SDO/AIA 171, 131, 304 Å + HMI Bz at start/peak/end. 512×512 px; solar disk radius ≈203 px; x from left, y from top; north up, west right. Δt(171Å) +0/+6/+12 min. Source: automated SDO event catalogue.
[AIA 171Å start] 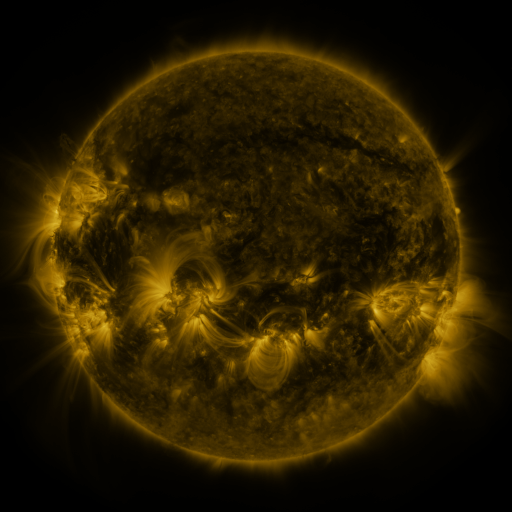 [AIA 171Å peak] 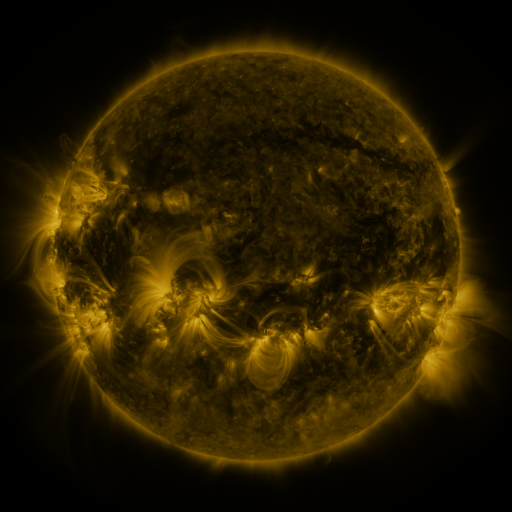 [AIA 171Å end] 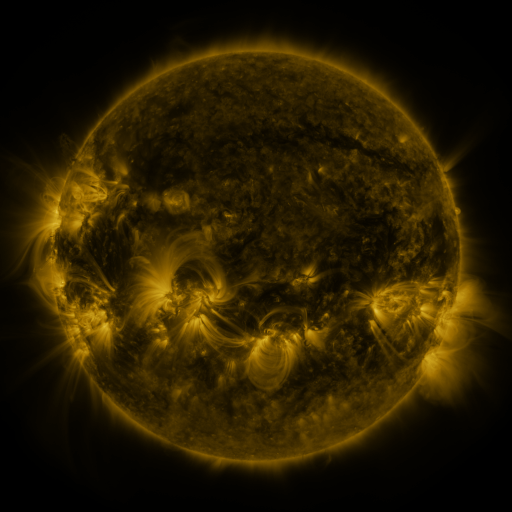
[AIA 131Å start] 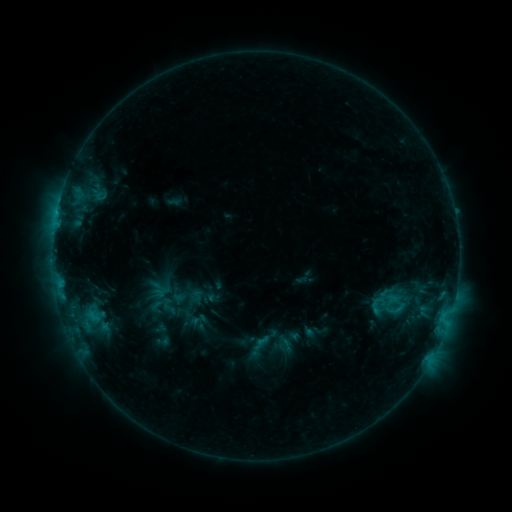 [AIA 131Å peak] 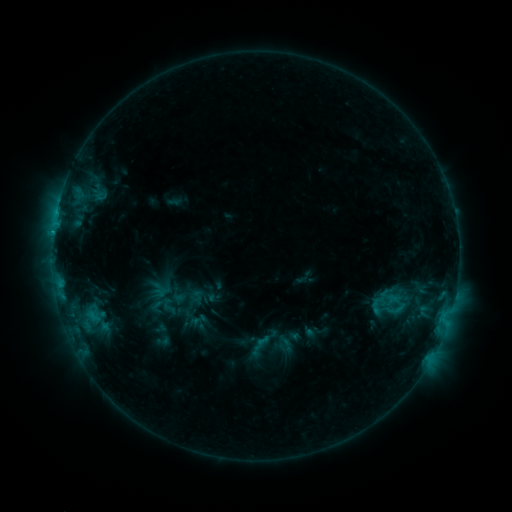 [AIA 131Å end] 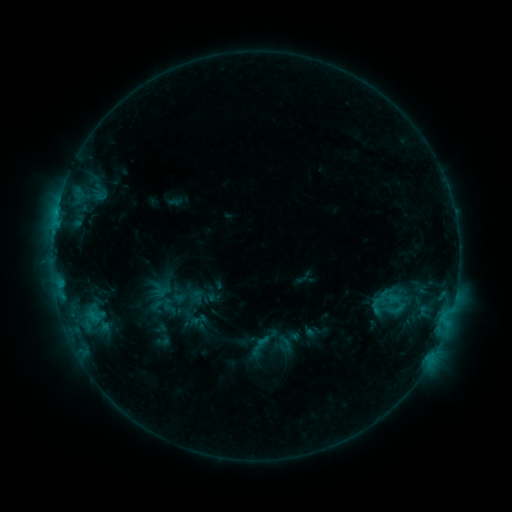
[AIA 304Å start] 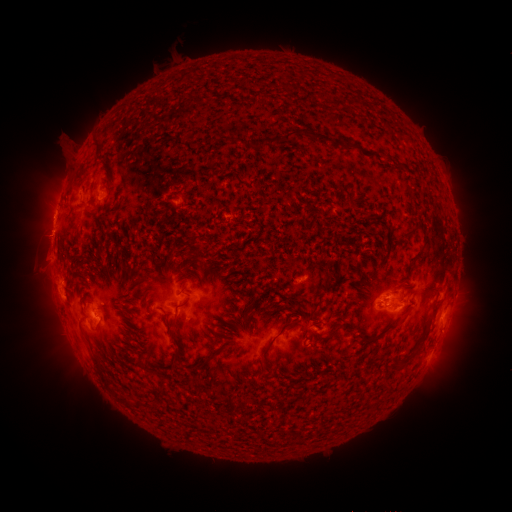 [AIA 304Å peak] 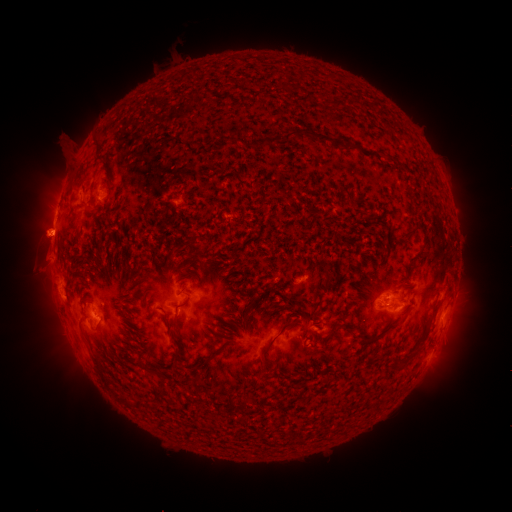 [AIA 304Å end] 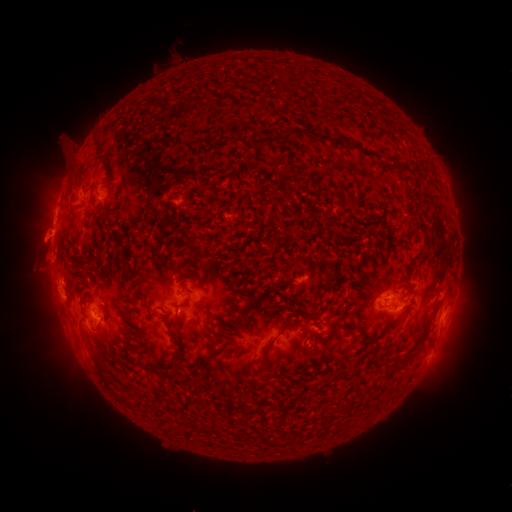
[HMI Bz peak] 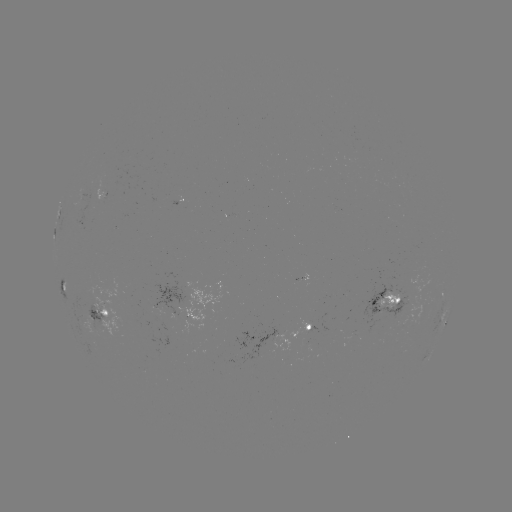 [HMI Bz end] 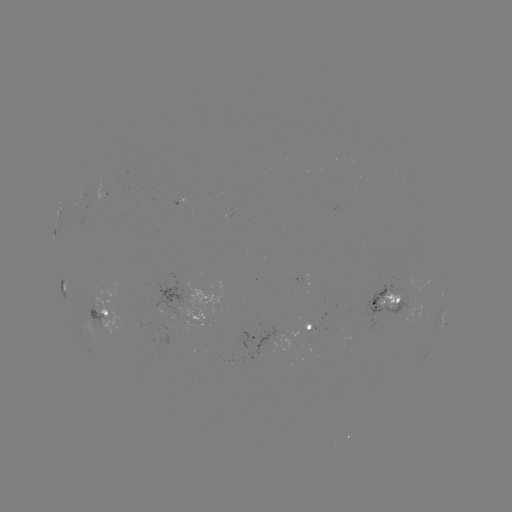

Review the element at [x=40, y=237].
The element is eruption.